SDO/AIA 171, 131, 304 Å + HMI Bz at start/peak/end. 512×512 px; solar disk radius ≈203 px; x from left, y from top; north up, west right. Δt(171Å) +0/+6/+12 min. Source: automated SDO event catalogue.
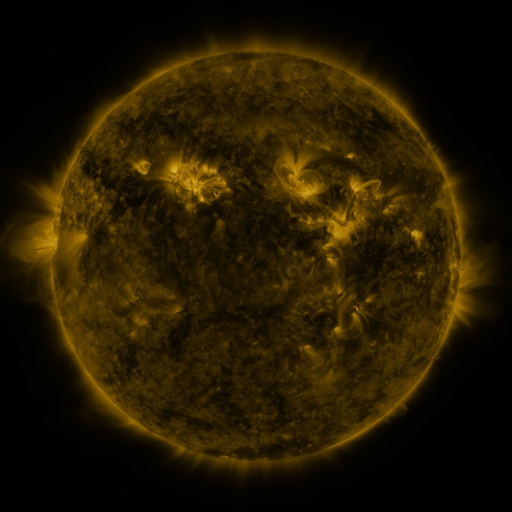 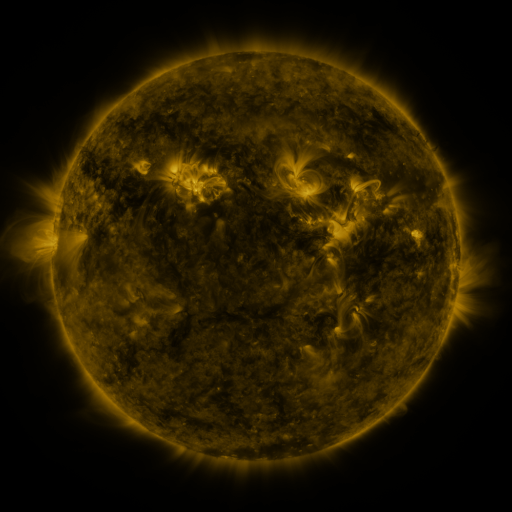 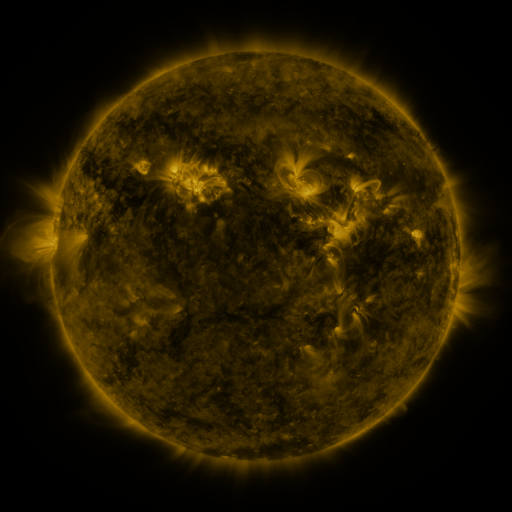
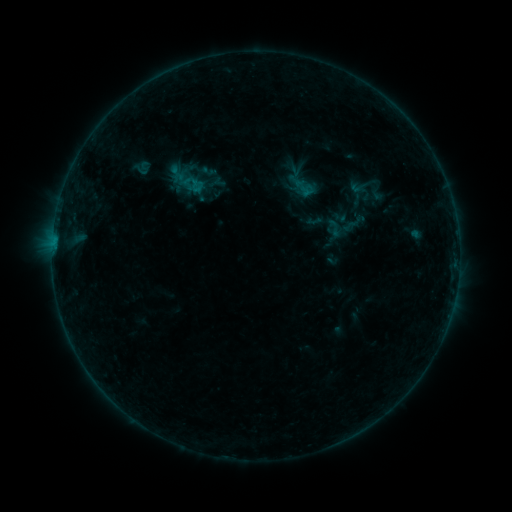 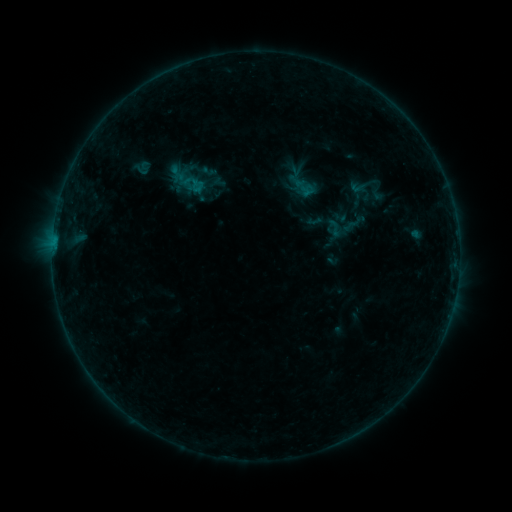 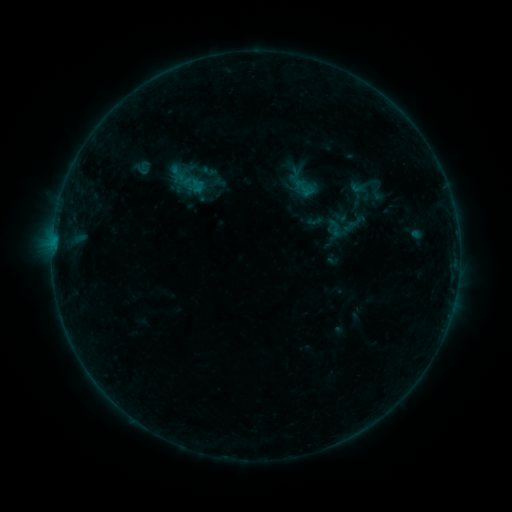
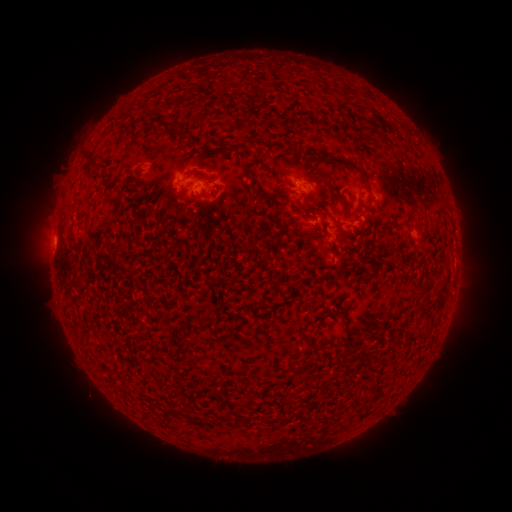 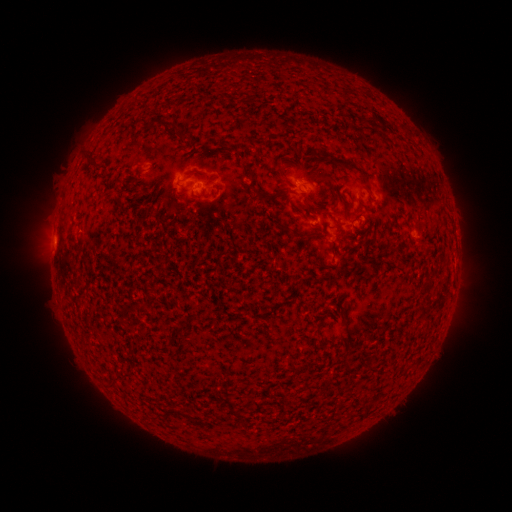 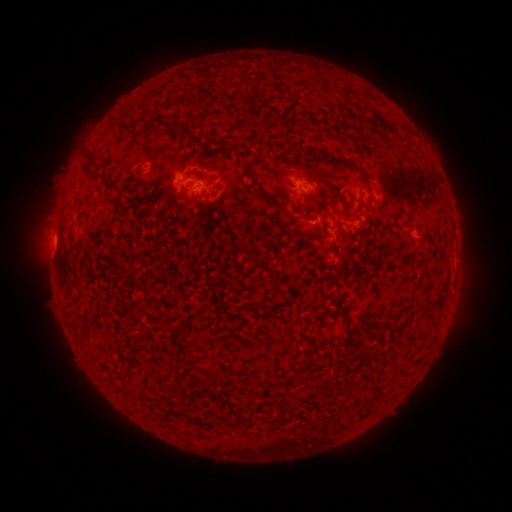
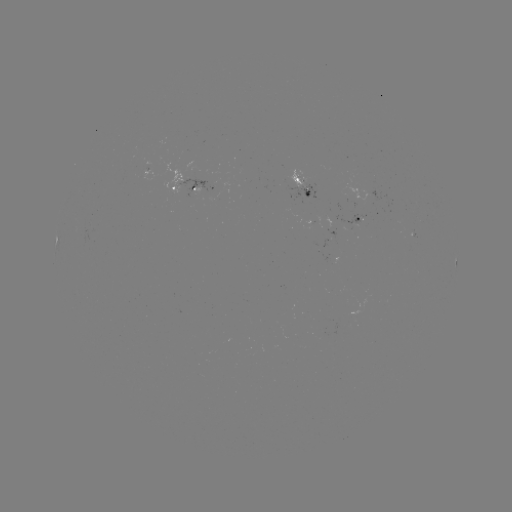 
no catalogued flare and no flagged EUV brightening in this window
